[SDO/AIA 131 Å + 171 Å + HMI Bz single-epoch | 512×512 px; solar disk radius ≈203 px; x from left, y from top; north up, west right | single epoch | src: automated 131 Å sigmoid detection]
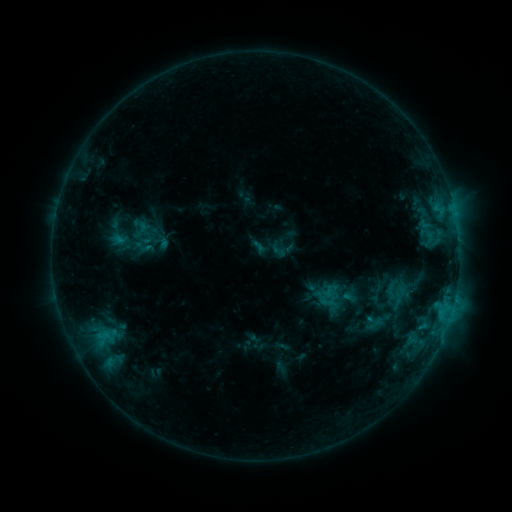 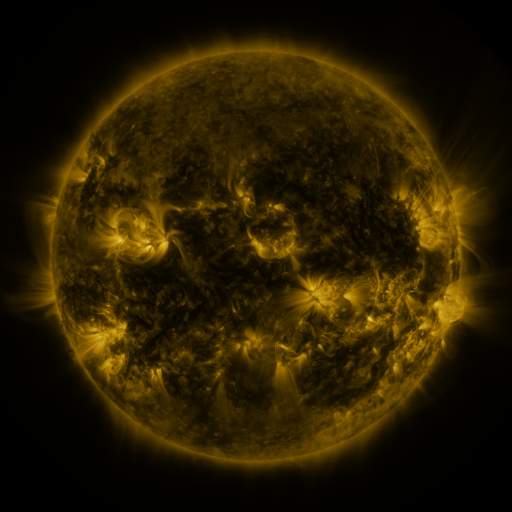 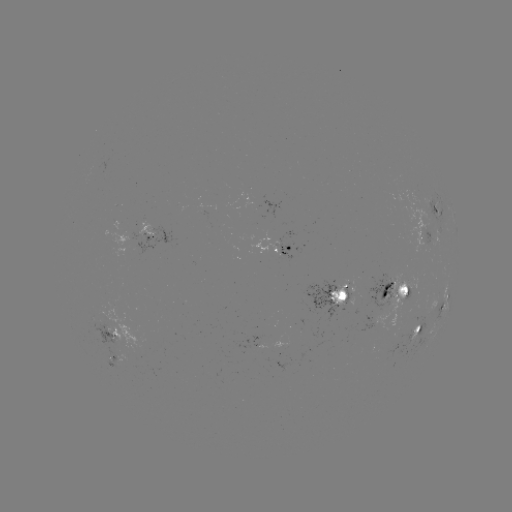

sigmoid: <bbox>102, 217, 133, 251</bbox>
